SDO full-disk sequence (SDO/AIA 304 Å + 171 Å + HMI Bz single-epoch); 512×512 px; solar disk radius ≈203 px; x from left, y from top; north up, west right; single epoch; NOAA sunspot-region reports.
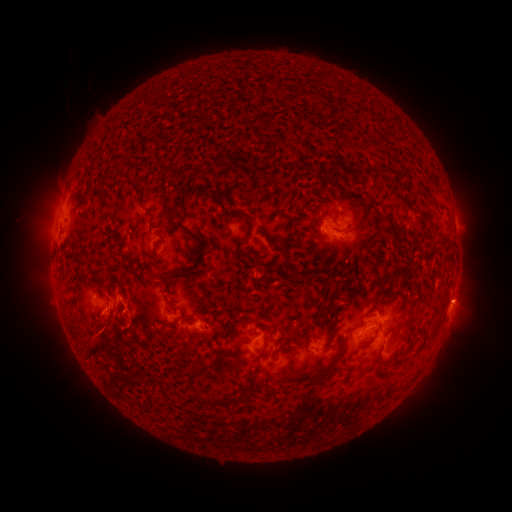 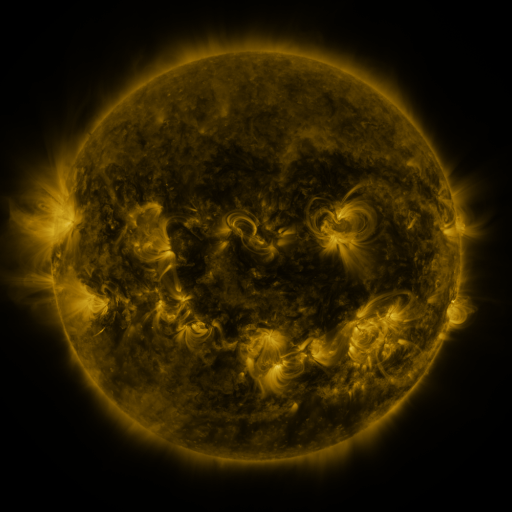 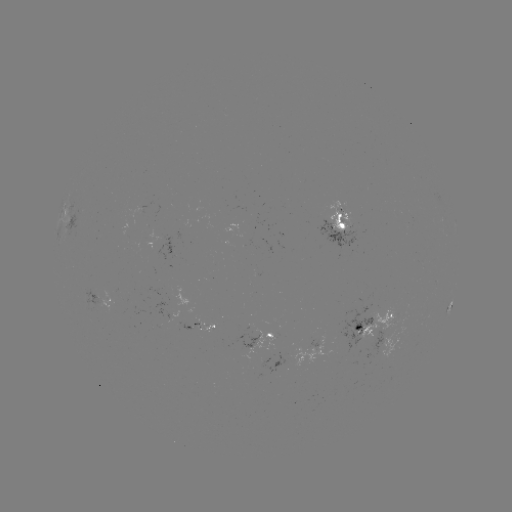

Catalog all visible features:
spotted active region: (341, 222)
spotted active region: (74, 224)
spotted active region: (103, 300)
spotted active region: (377, 324)
spotted active region: (207, 325)
spotted active region: (262, 336)
spotted active region: (399, 338)
